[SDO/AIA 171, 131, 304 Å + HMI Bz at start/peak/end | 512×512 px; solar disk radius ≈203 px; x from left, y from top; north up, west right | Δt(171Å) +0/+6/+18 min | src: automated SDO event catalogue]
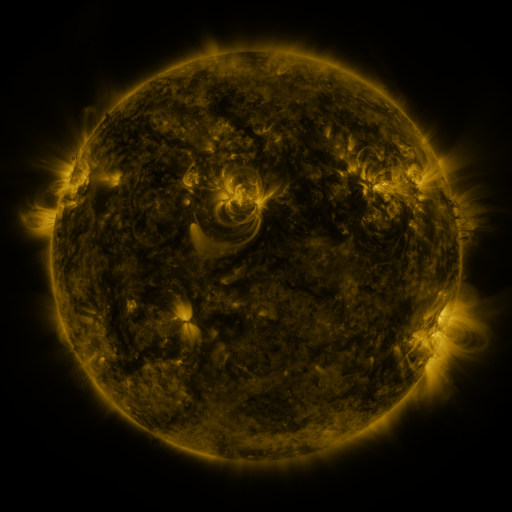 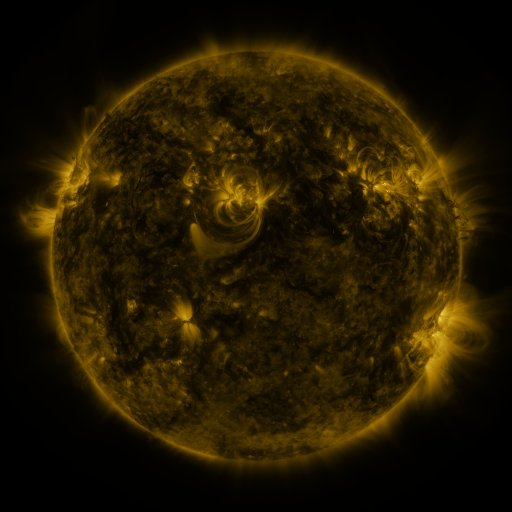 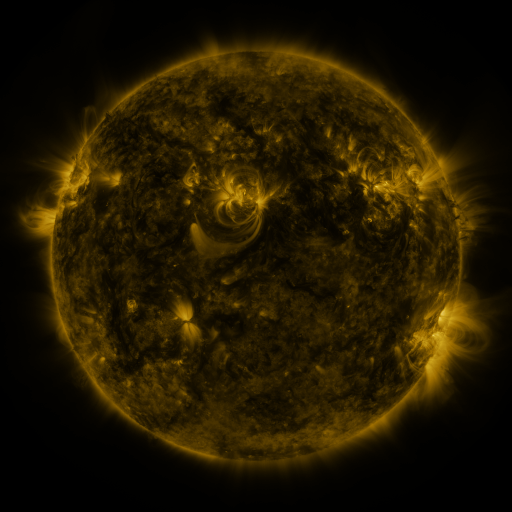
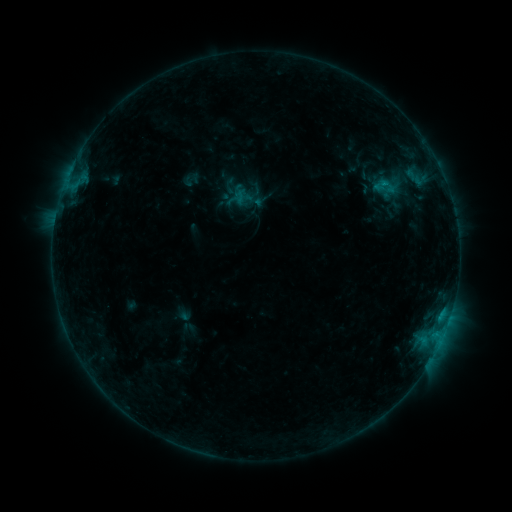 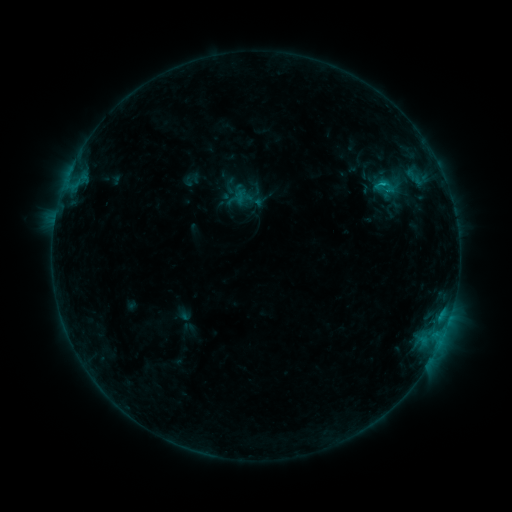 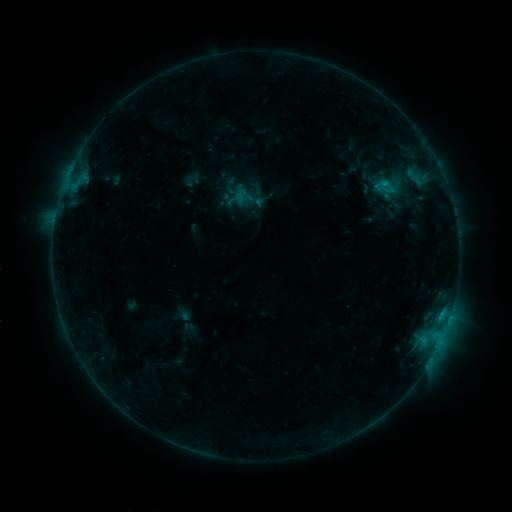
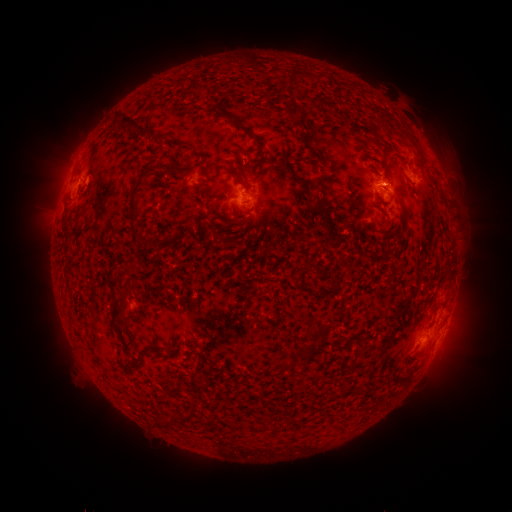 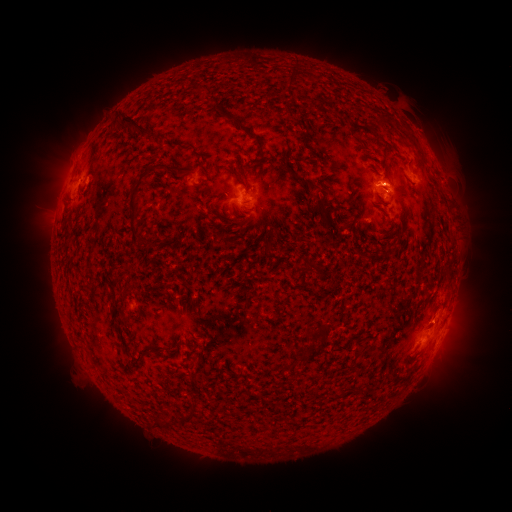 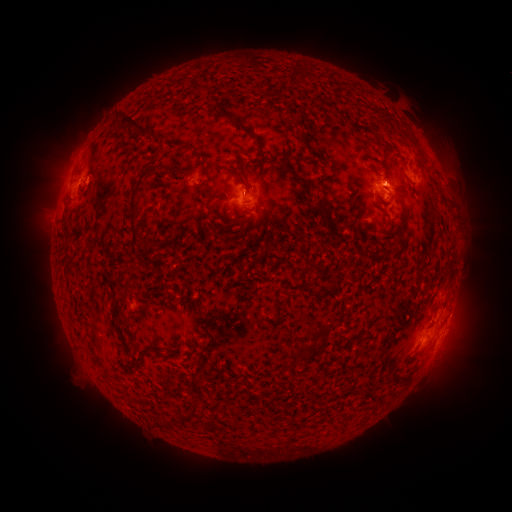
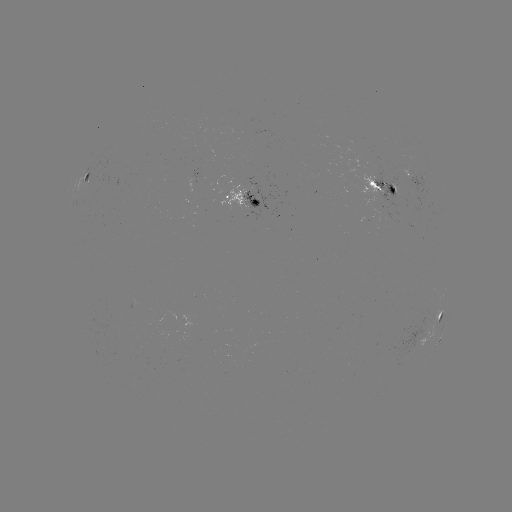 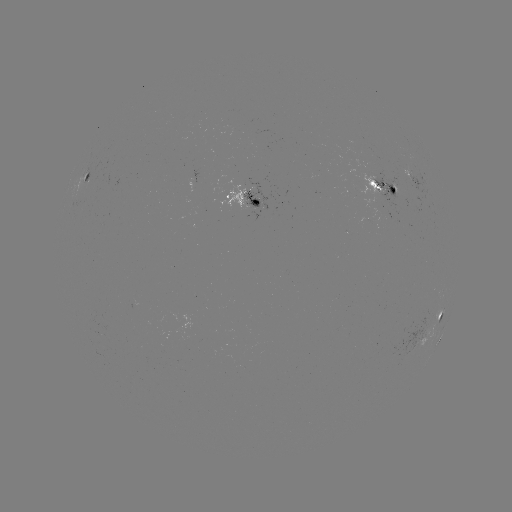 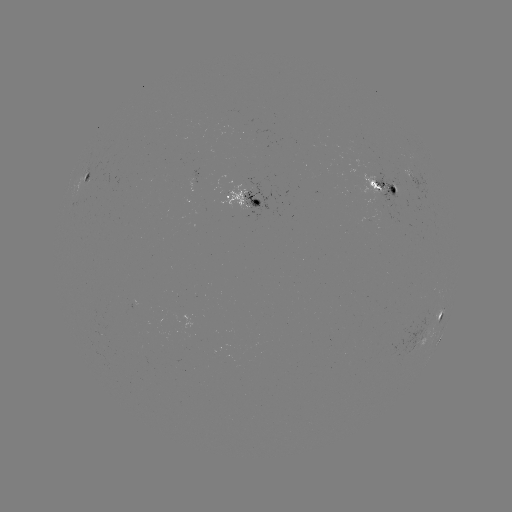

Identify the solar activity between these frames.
B7.6 flare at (381, 186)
